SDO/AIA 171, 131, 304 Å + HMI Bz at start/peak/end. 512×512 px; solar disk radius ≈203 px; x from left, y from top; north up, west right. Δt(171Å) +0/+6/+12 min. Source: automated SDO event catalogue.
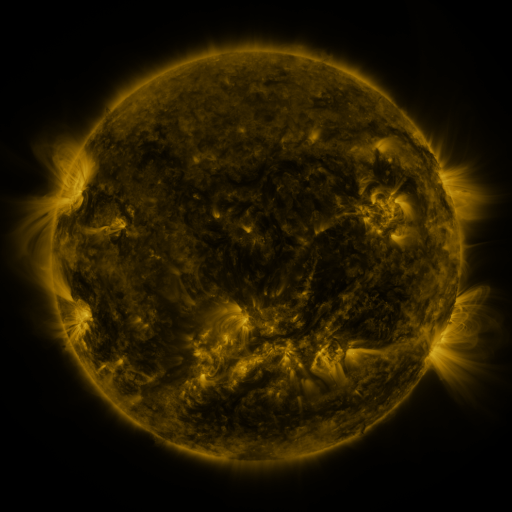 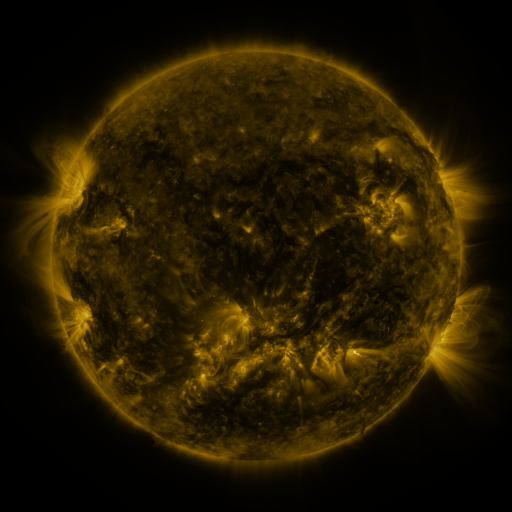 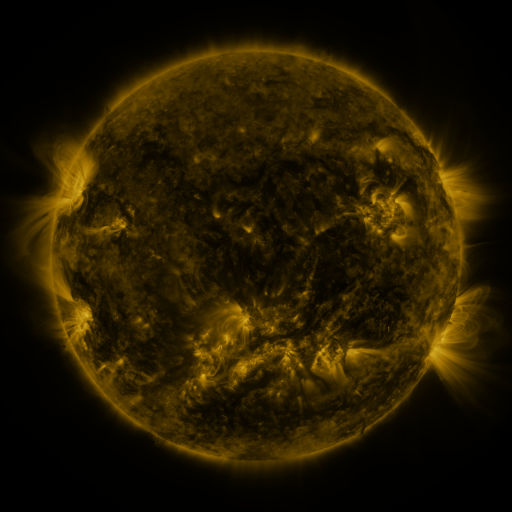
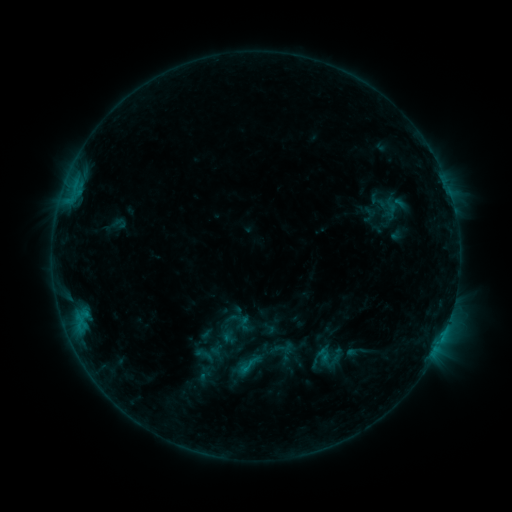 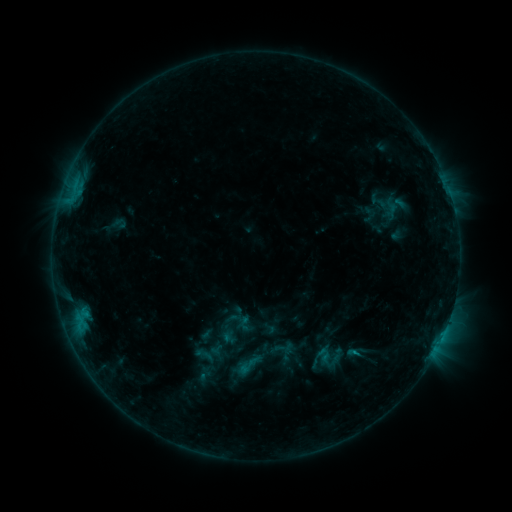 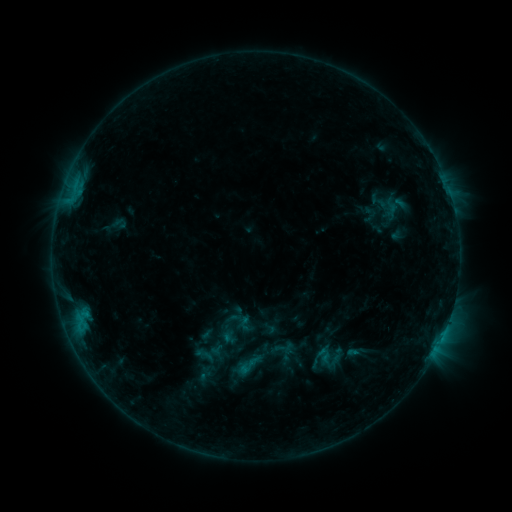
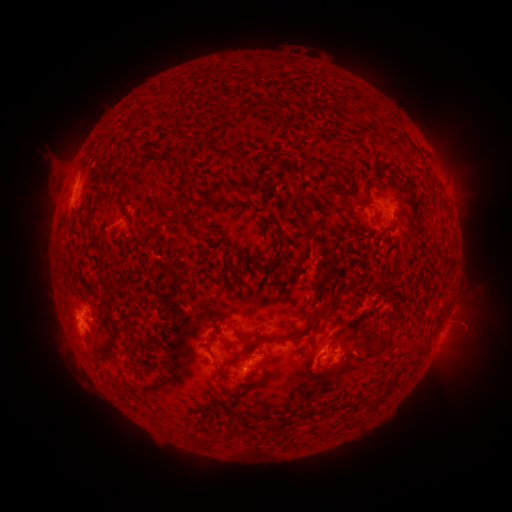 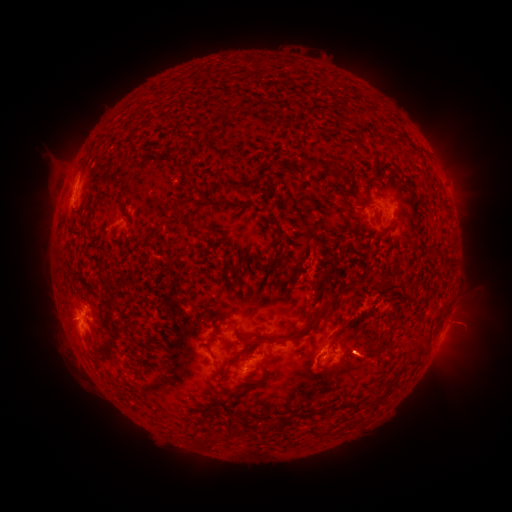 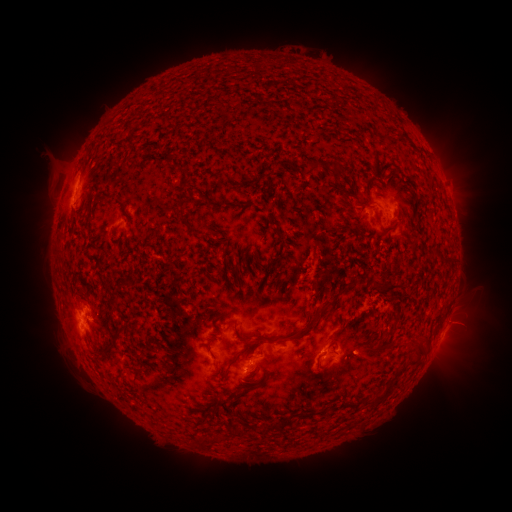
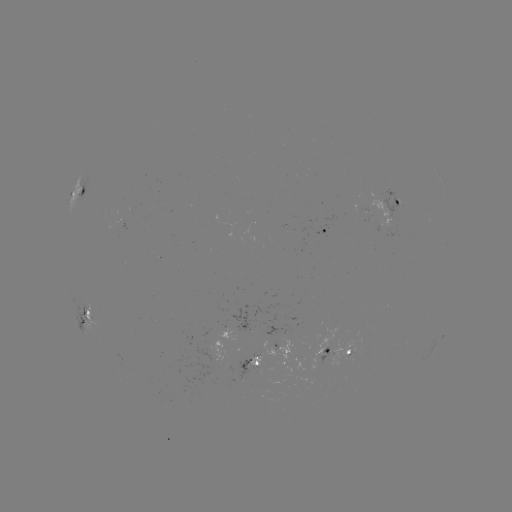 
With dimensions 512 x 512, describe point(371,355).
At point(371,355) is eruption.